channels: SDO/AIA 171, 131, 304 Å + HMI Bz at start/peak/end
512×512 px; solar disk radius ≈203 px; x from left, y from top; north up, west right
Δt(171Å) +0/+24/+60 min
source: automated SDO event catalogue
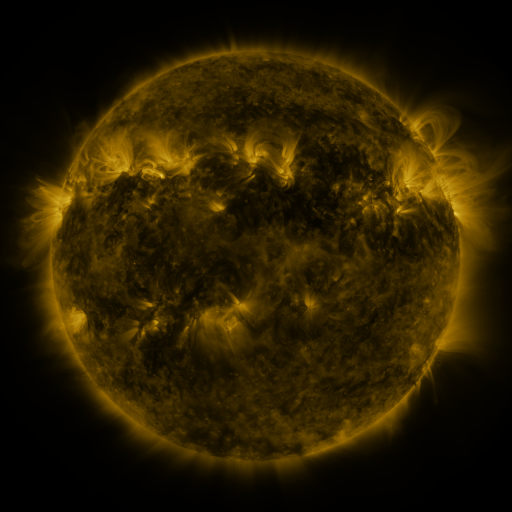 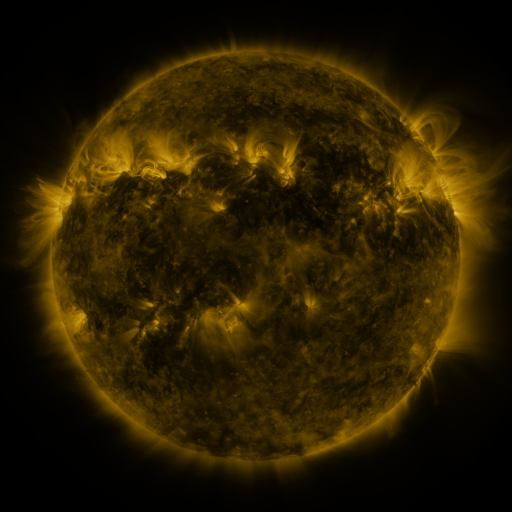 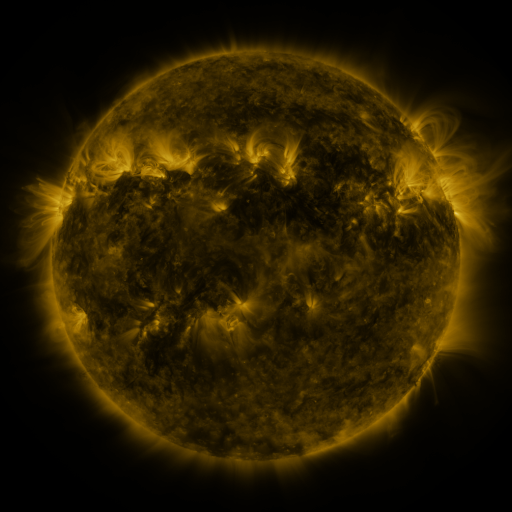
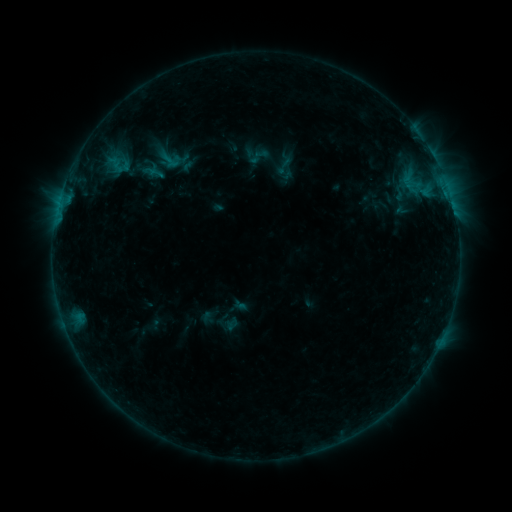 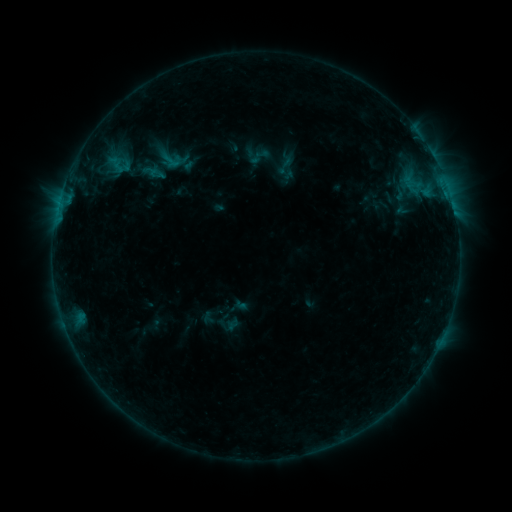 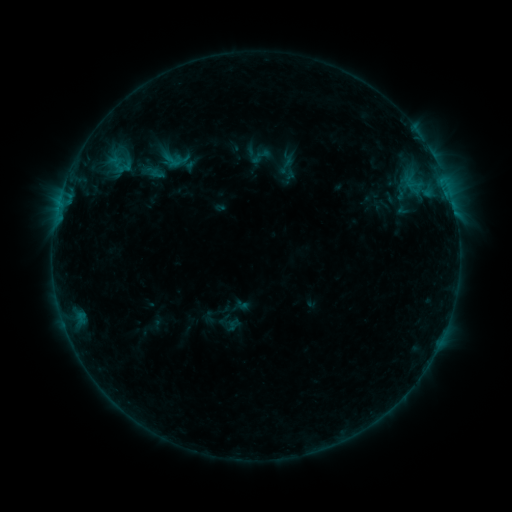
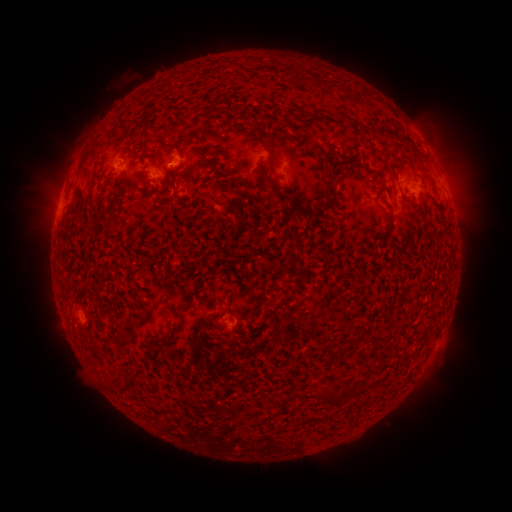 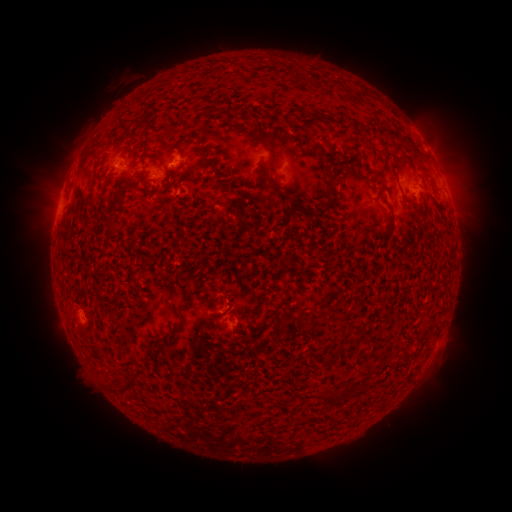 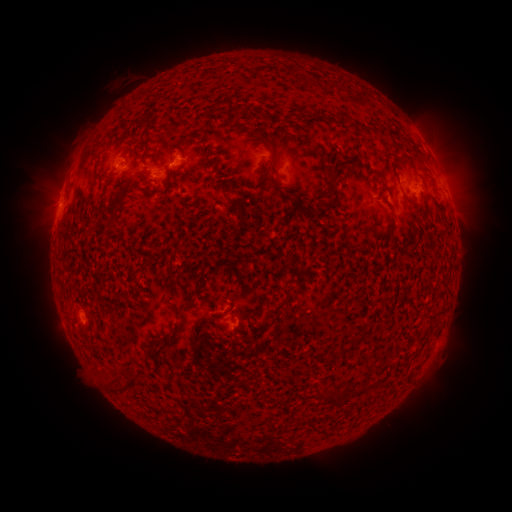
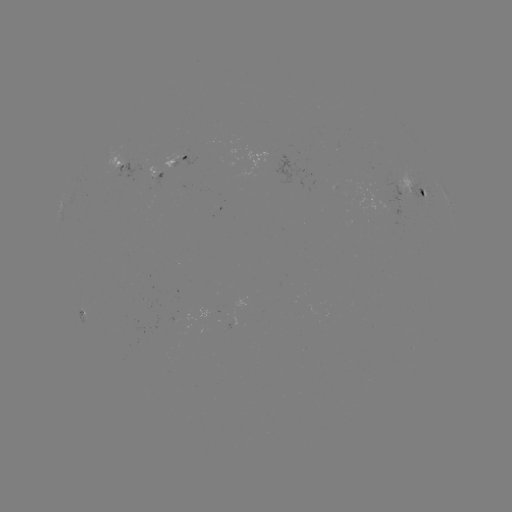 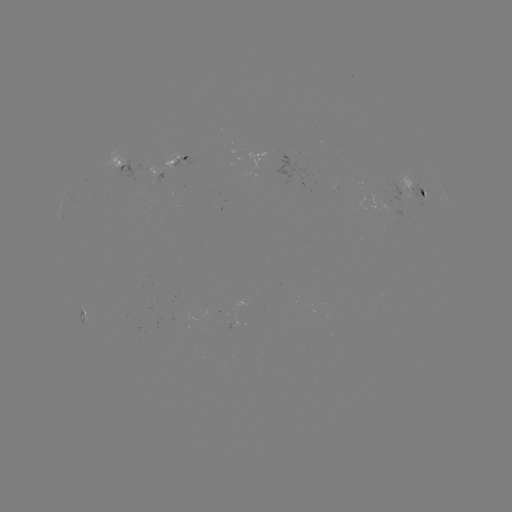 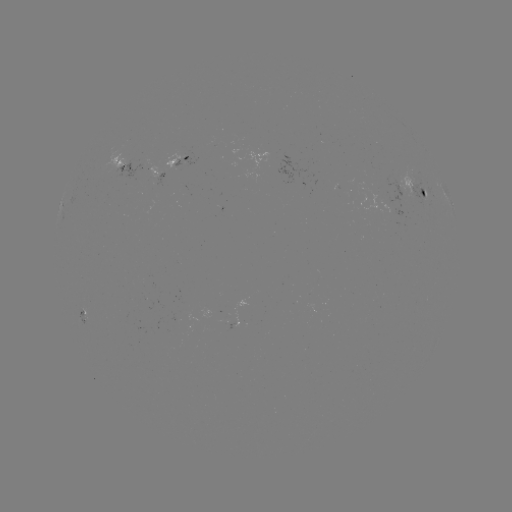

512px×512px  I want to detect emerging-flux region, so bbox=[103, 151, 123, 172].